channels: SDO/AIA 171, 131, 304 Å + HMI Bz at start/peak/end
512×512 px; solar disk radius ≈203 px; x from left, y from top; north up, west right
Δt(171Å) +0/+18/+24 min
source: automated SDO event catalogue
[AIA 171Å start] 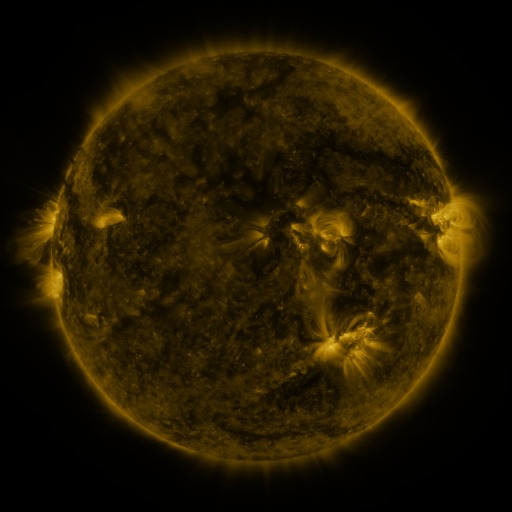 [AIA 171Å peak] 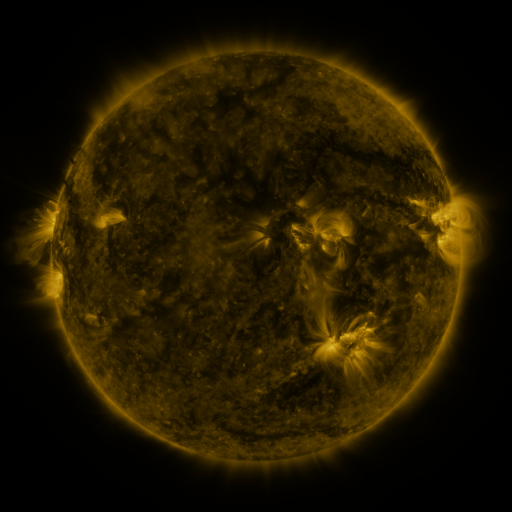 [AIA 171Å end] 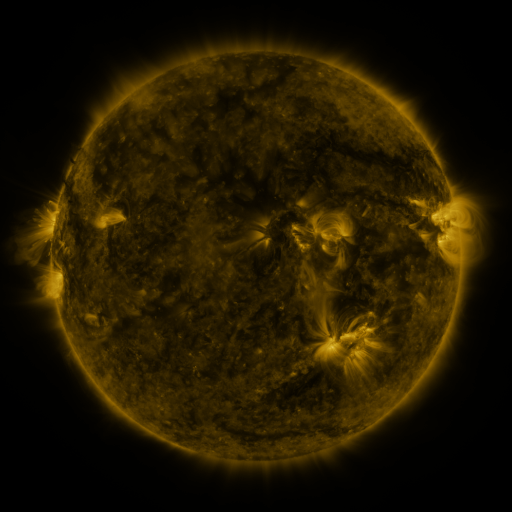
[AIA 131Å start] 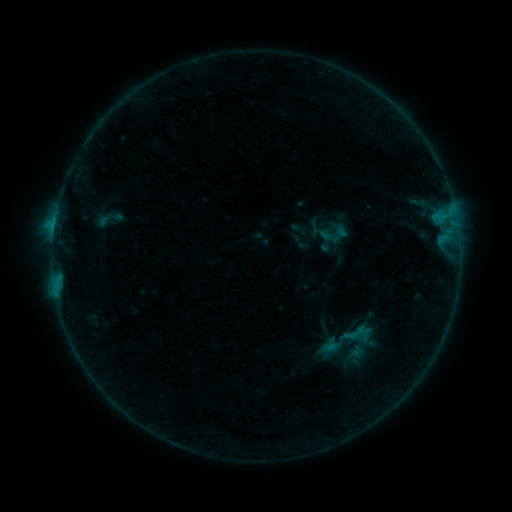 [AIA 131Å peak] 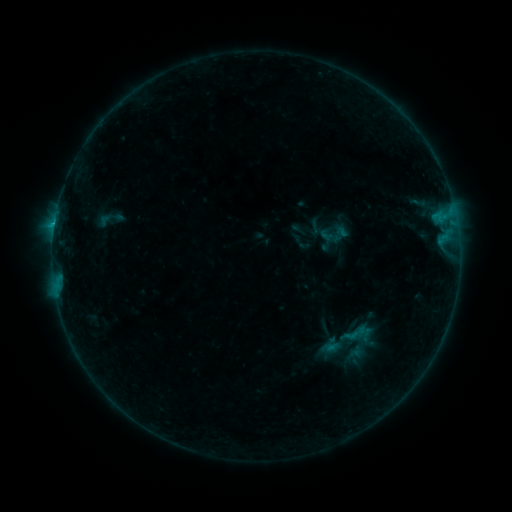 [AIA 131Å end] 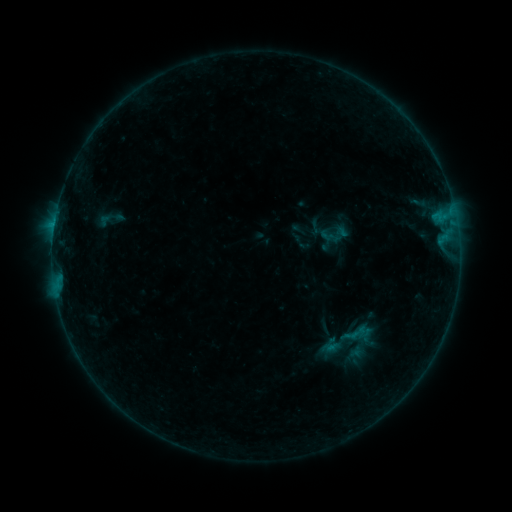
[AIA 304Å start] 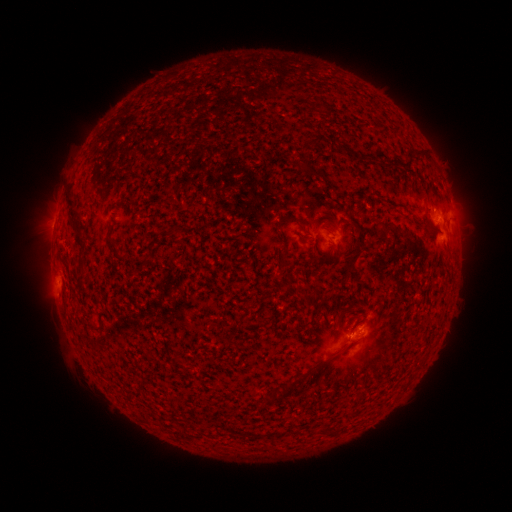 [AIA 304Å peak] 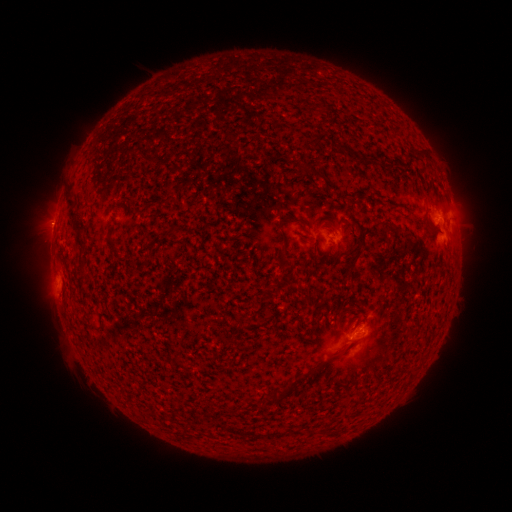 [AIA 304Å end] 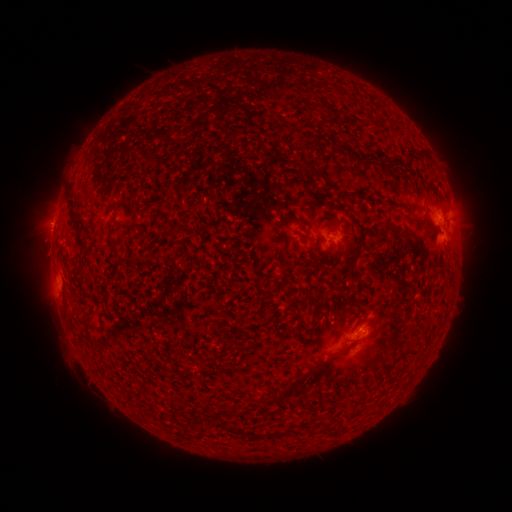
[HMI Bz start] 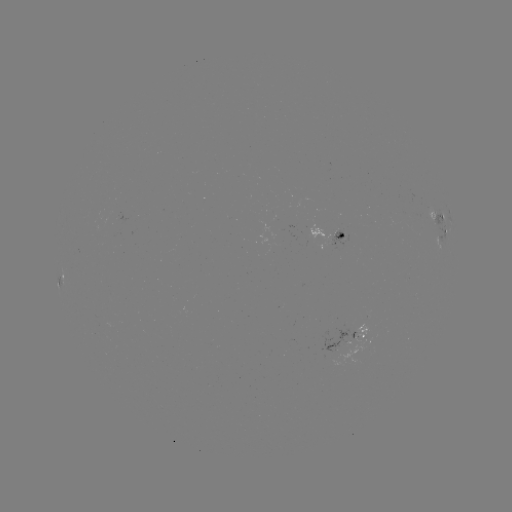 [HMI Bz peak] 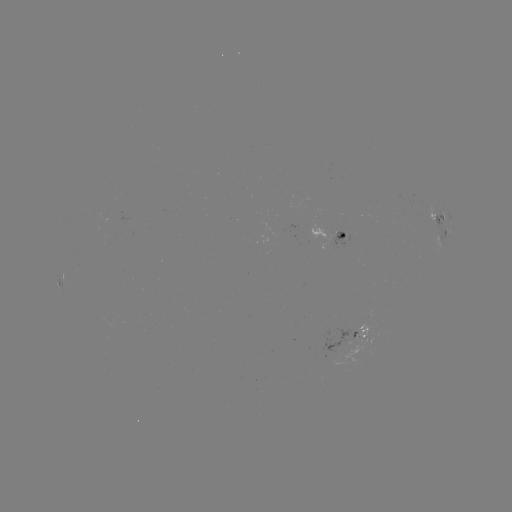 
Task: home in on B7.6 flare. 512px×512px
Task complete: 54,228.